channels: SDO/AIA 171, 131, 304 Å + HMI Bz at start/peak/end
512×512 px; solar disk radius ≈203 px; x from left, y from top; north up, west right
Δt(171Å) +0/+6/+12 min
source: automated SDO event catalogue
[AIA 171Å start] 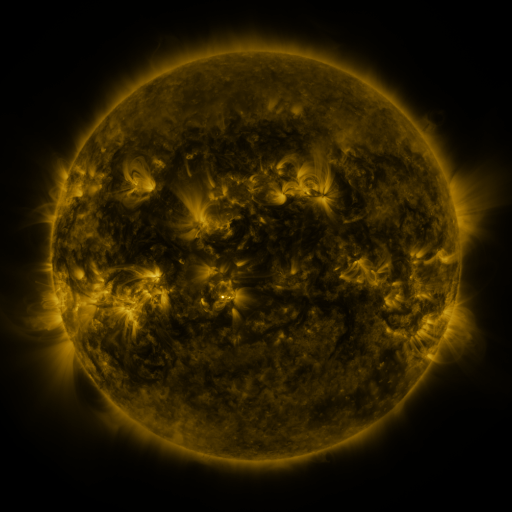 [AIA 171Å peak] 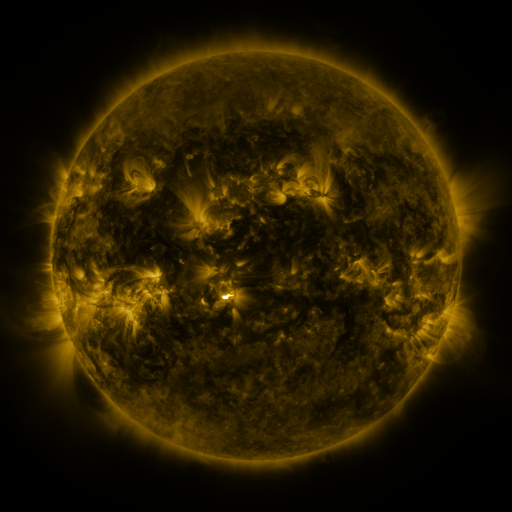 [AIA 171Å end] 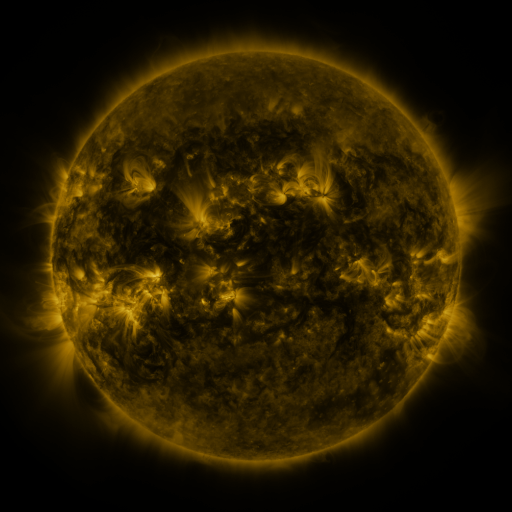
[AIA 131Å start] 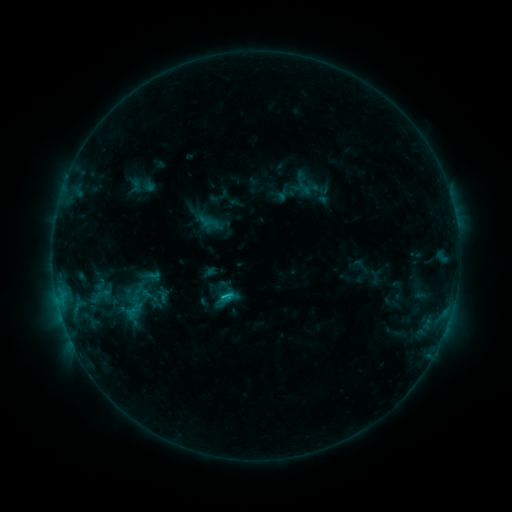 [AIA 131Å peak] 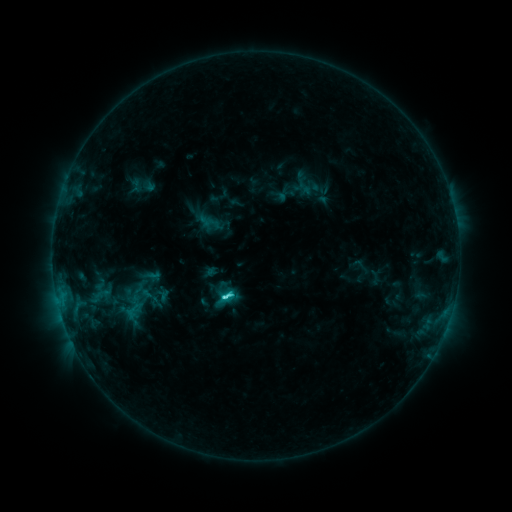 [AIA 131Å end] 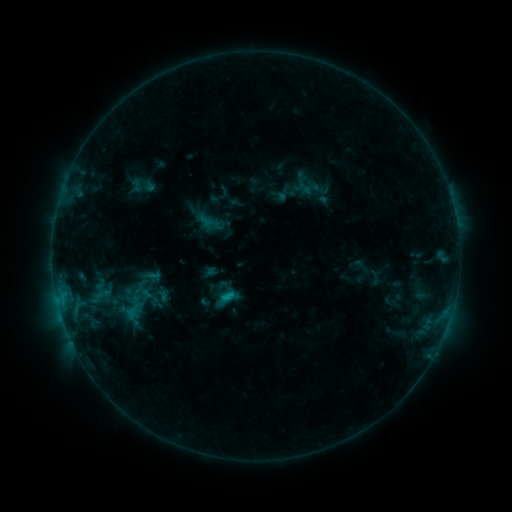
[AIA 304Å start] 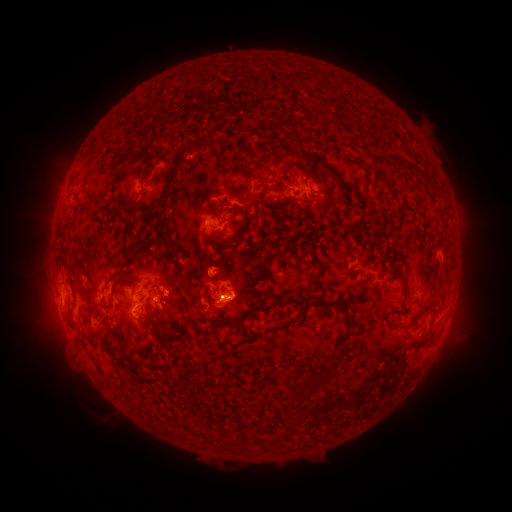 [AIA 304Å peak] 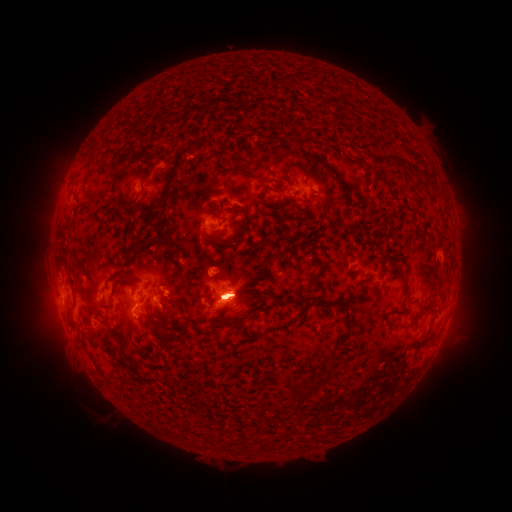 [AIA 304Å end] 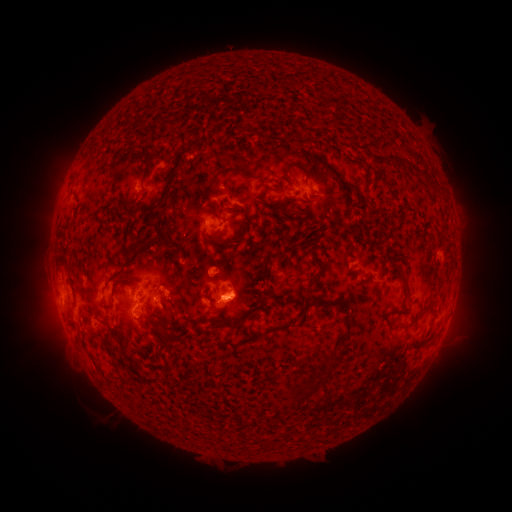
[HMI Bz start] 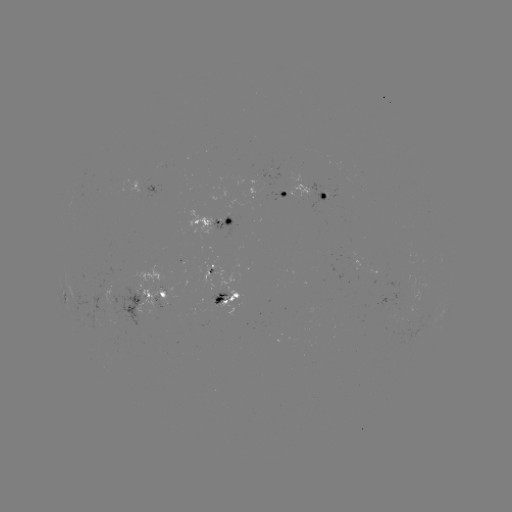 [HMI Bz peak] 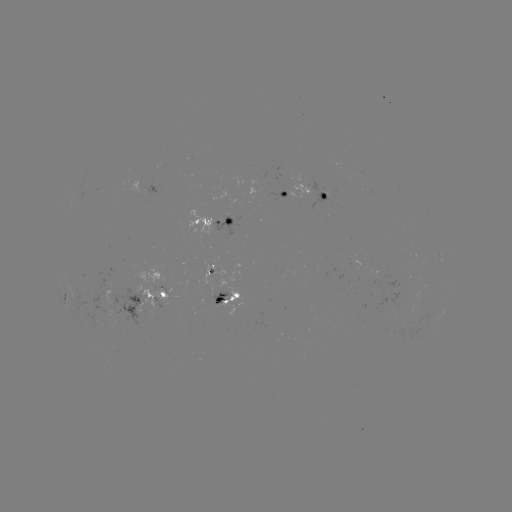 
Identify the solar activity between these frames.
C3.6 flare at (225, 296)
